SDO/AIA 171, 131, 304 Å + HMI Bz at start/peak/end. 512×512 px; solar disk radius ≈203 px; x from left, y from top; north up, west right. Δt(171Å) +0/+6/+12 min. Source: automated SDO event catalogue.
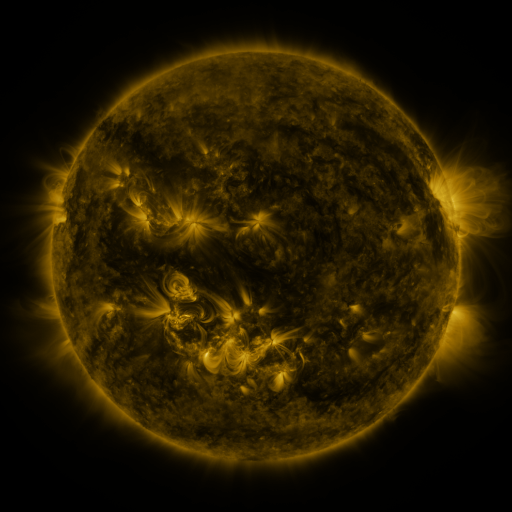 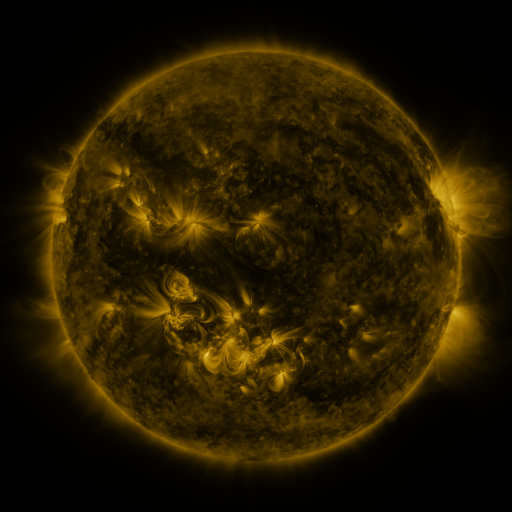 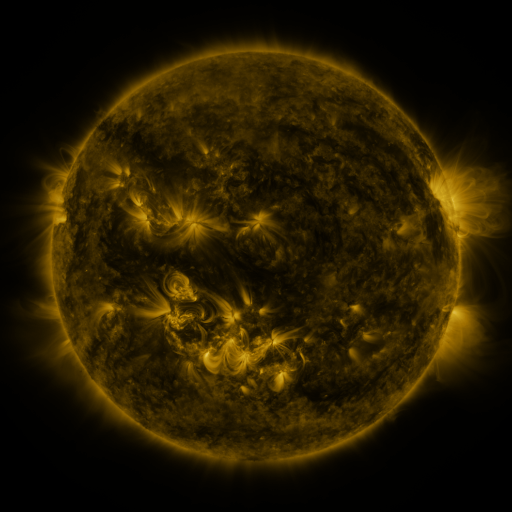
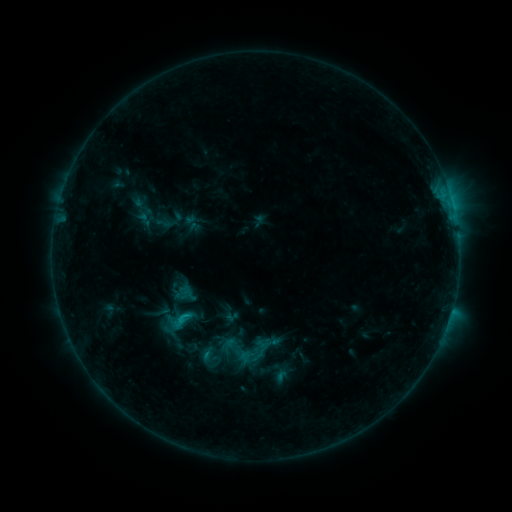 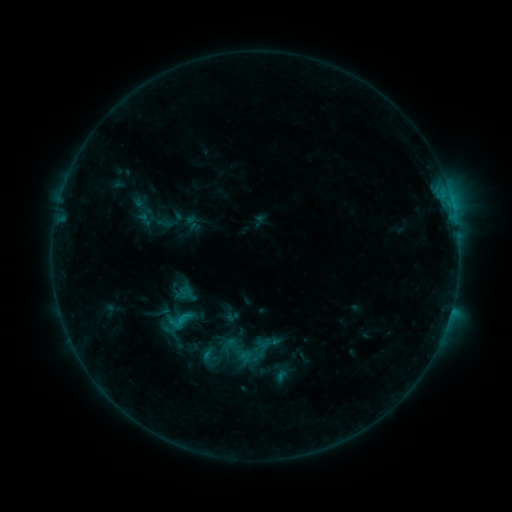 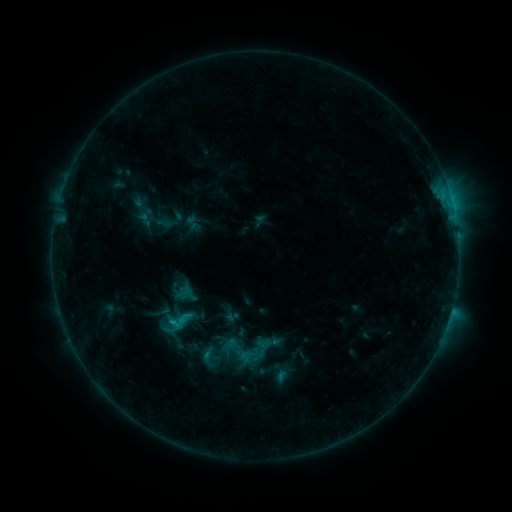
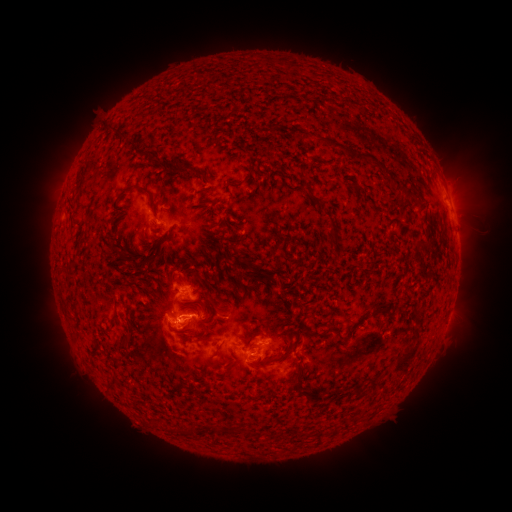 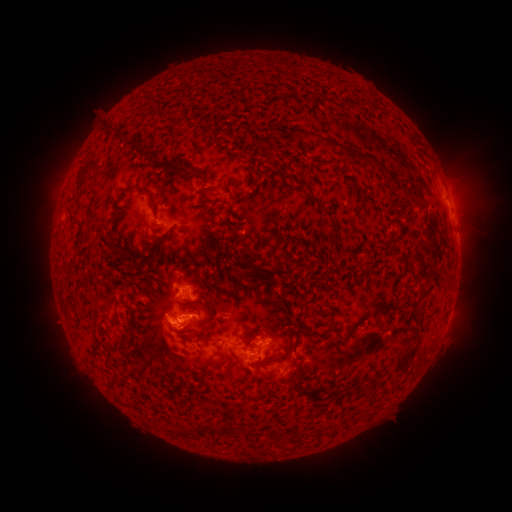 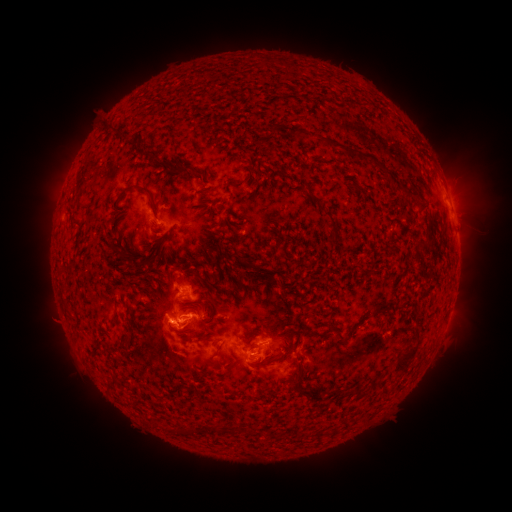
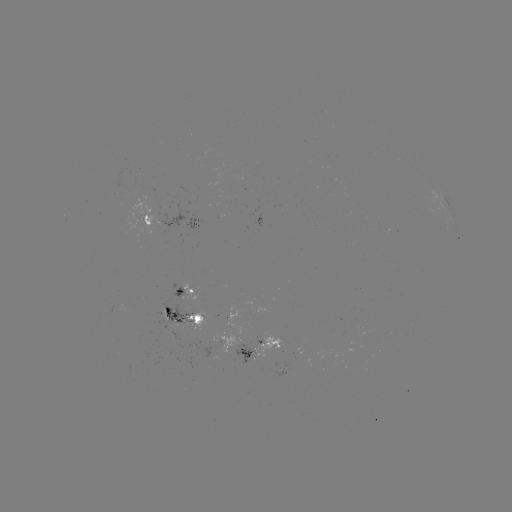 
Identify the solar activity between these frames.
C1.3 flare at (173, 318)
